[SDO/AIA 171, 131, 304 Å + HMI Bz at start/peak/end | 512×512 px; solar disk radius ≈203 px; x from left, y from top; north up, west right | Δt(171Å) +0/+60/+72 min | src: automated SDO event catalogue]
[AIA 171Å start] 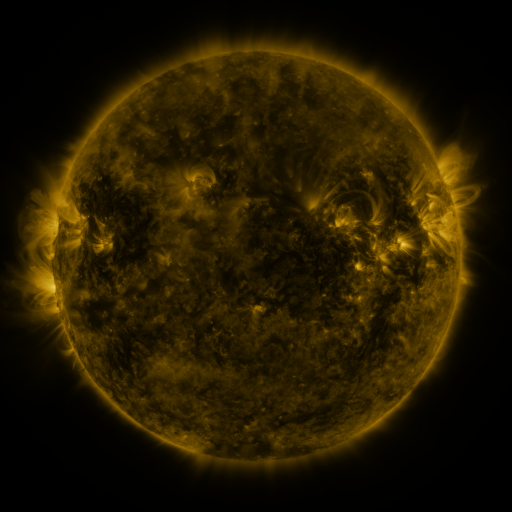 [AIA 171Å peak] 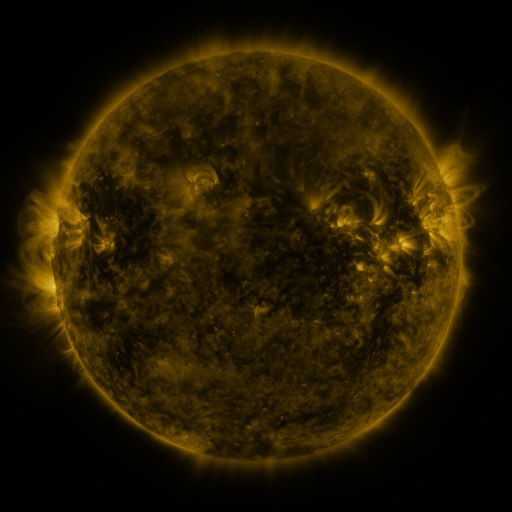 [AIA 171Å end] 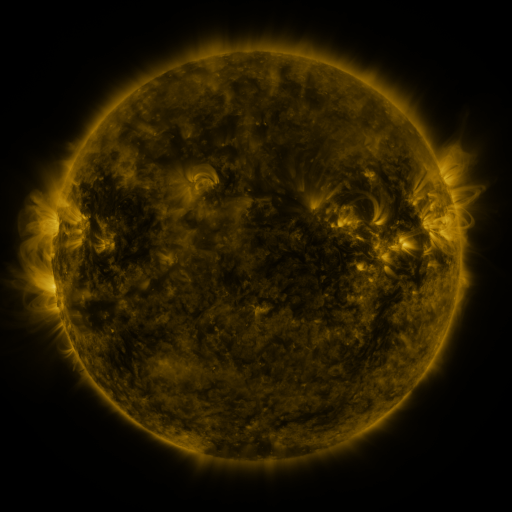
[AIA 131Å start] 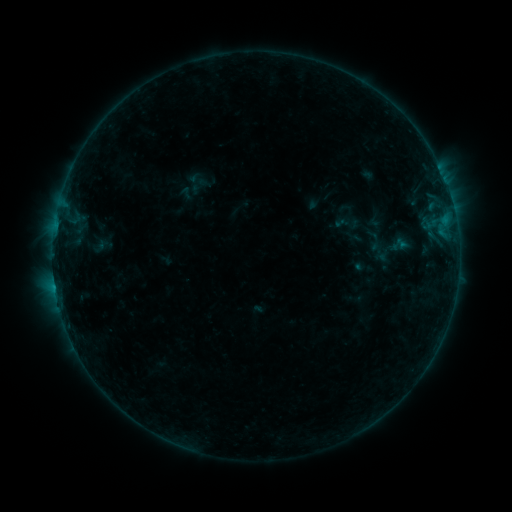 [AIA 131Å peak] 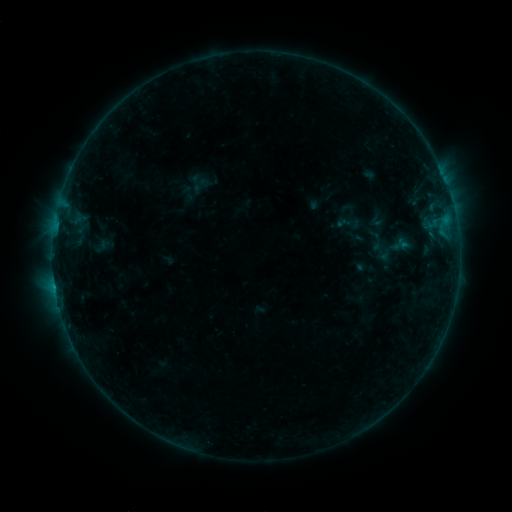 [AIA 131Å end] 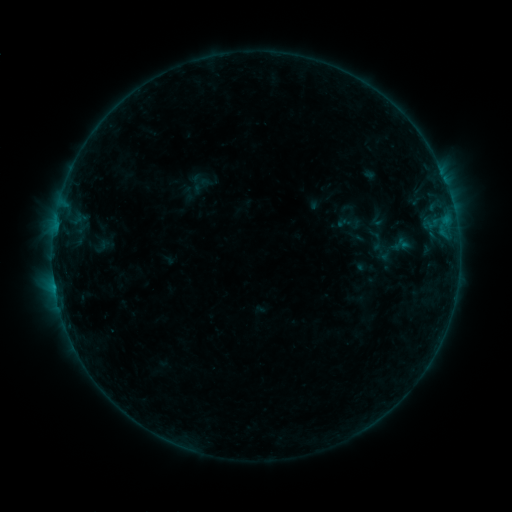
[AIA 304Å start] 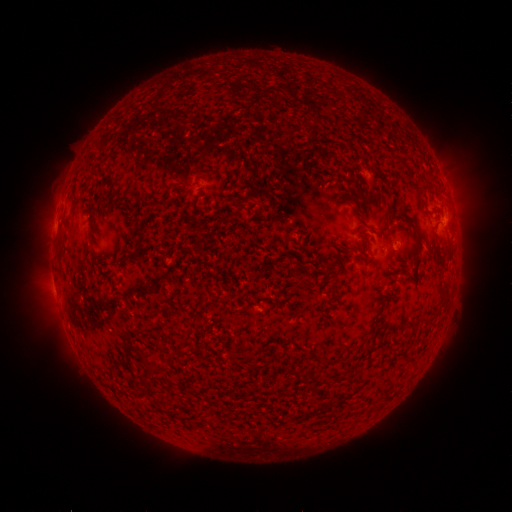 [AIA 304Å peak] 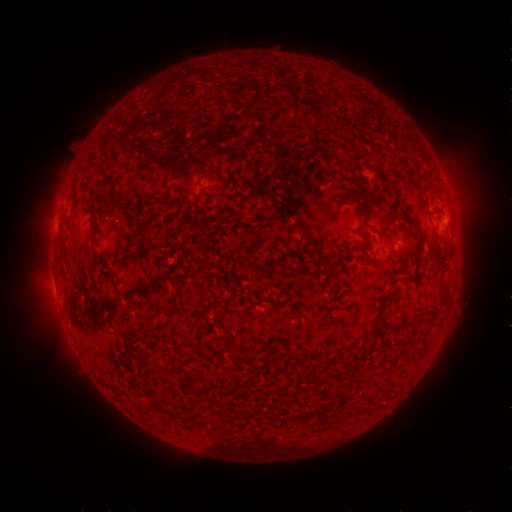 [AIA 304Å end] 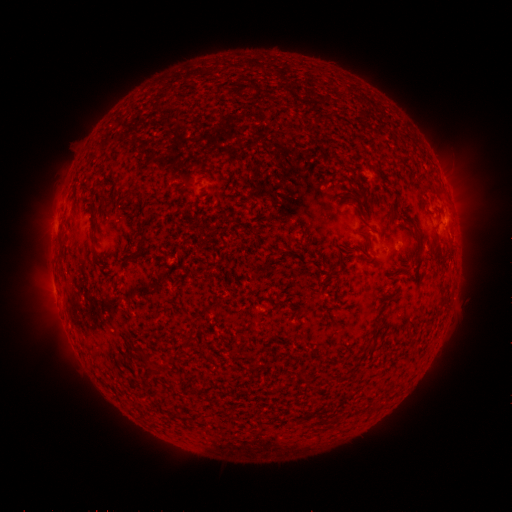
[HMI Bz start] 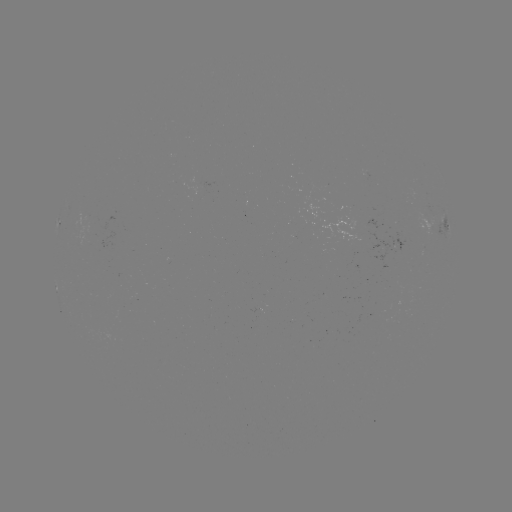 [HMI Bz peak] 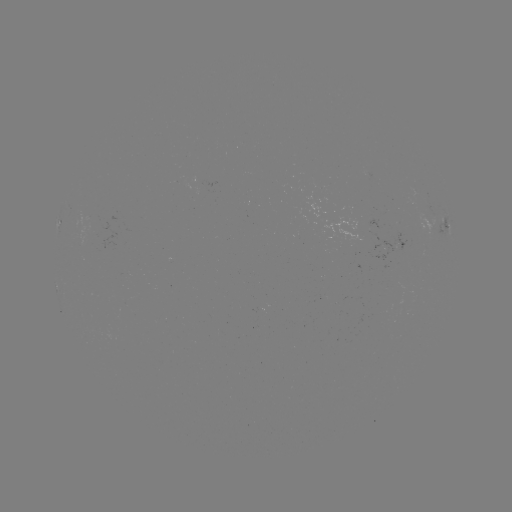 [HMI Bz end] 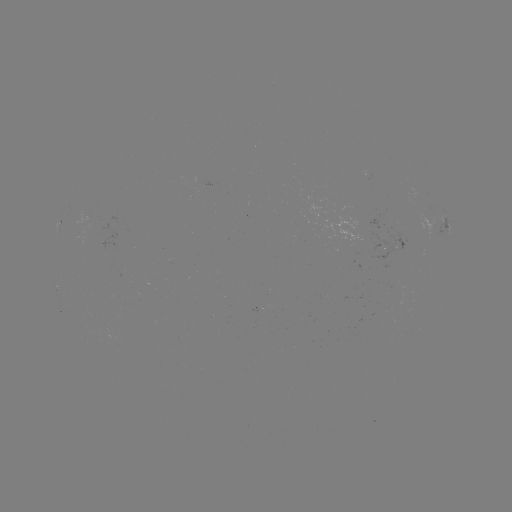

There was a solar emerging-flux region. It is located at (97, 225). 